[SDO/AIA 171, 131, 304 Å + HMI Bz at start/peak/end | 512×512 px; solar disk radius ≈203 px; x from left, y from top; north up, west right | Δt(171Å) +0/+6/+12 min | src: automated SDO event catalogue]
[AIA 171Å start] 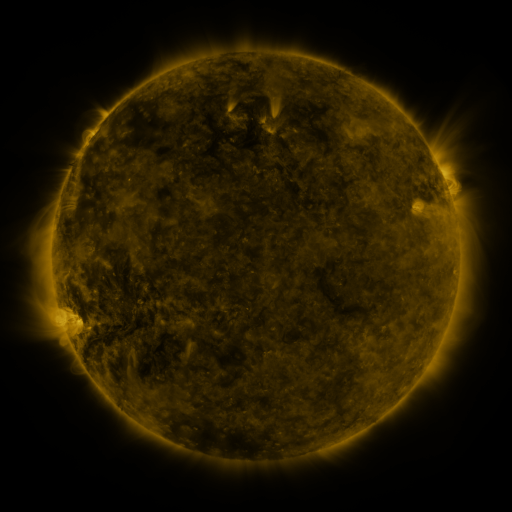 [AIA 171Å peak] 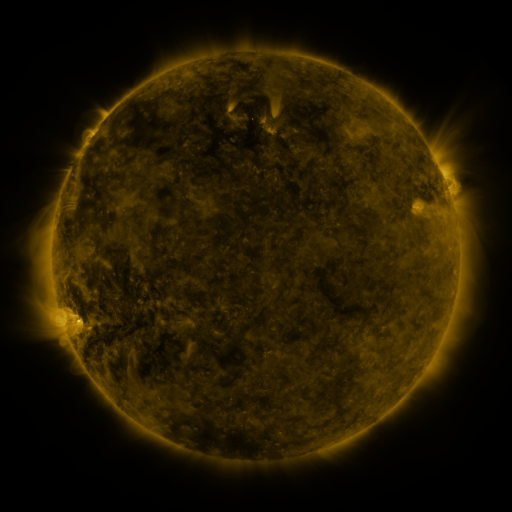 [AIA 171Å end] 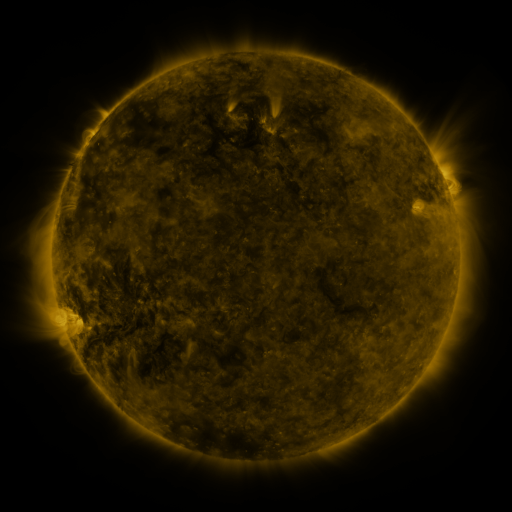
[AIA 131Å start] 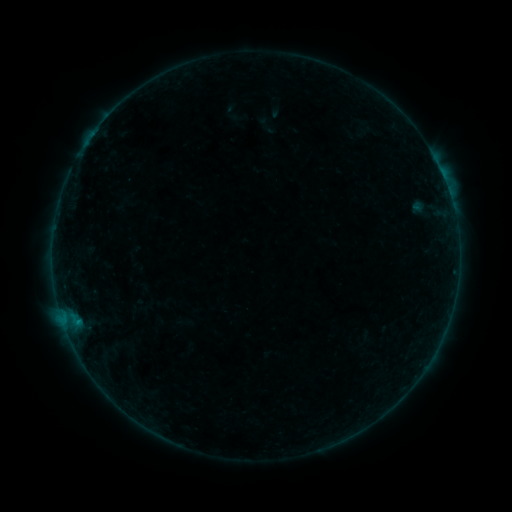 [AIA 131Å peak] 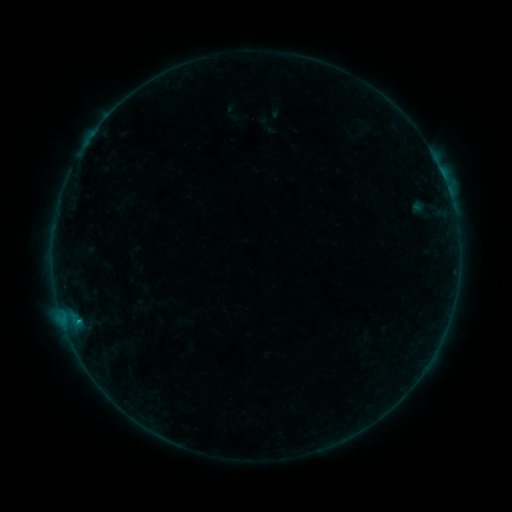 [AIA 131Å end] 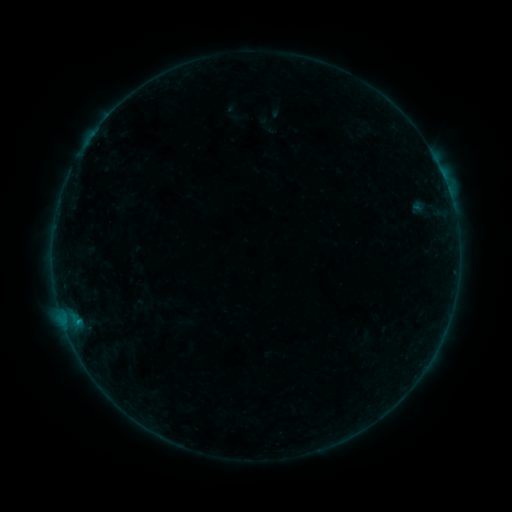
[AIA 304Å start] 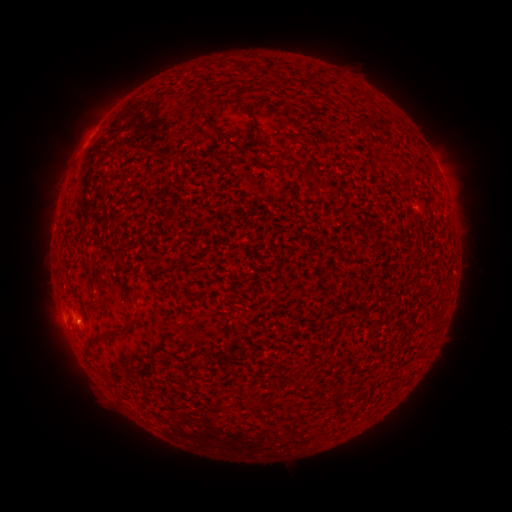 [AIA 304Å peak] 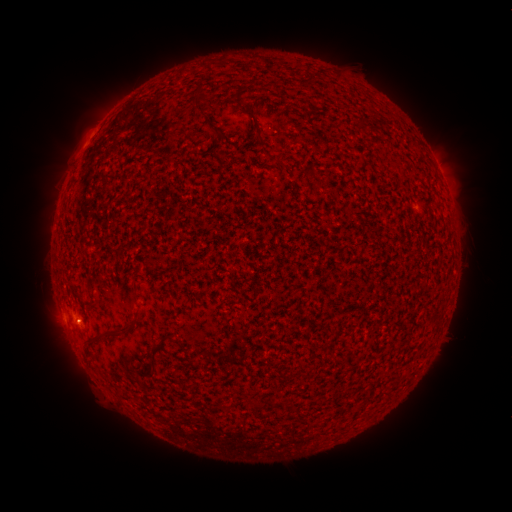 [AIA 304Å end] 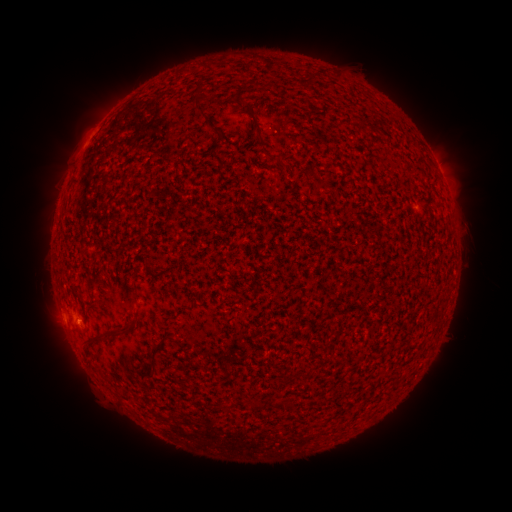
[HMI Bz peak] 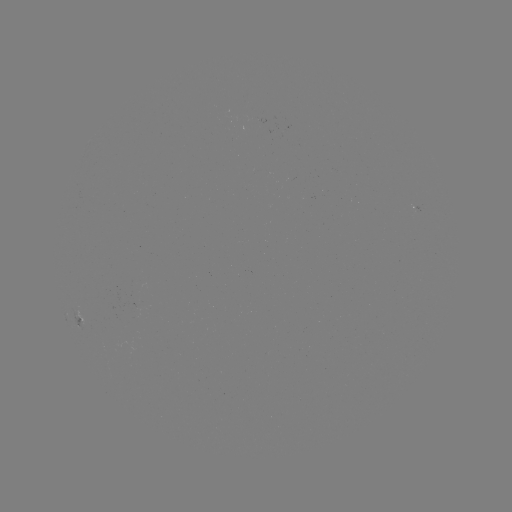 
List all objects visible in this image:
B2.4 flare: (79, 321)
